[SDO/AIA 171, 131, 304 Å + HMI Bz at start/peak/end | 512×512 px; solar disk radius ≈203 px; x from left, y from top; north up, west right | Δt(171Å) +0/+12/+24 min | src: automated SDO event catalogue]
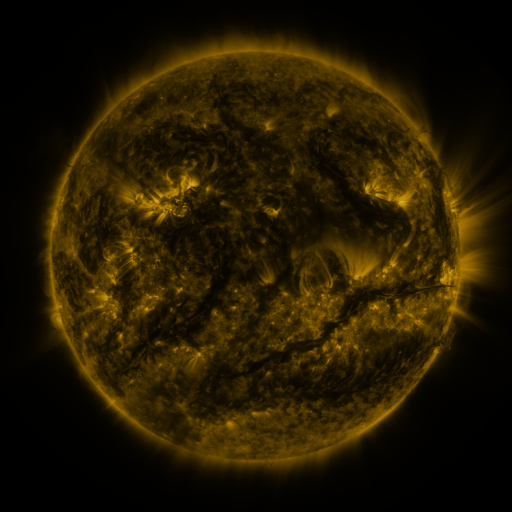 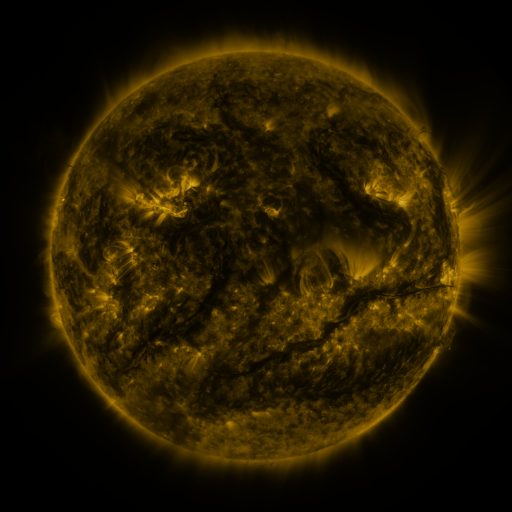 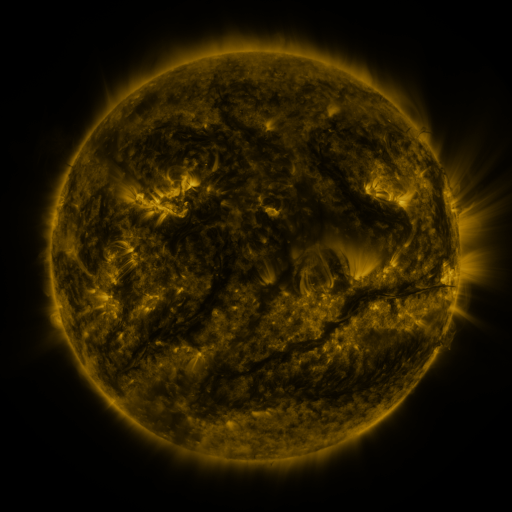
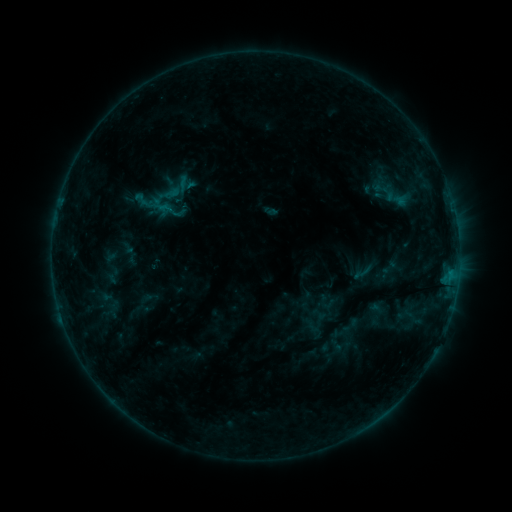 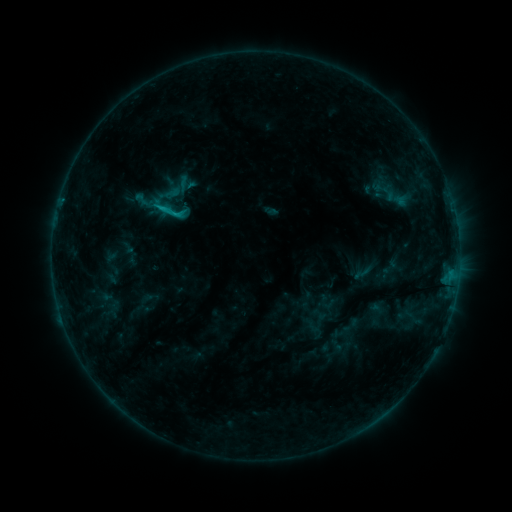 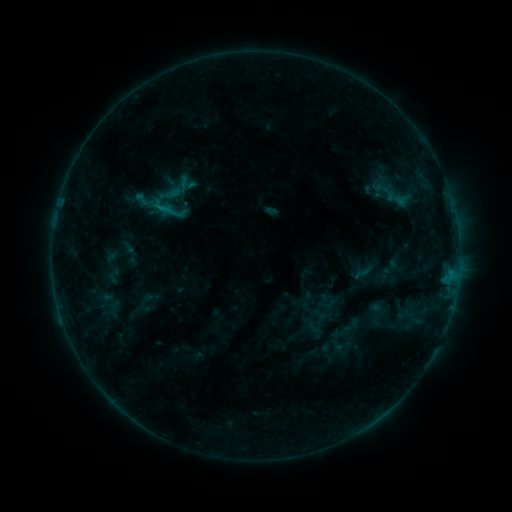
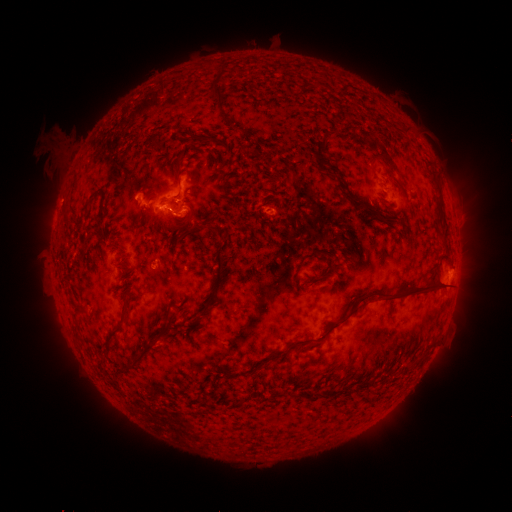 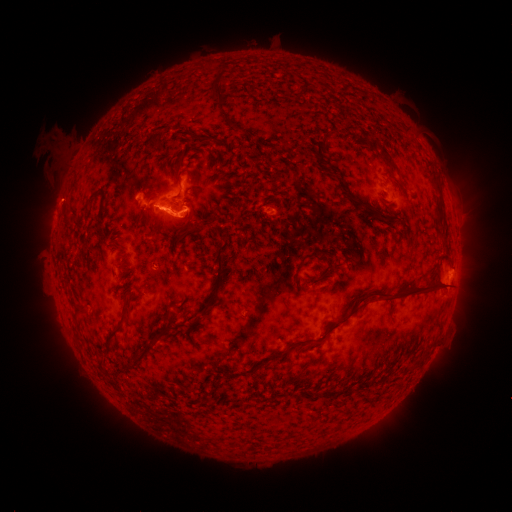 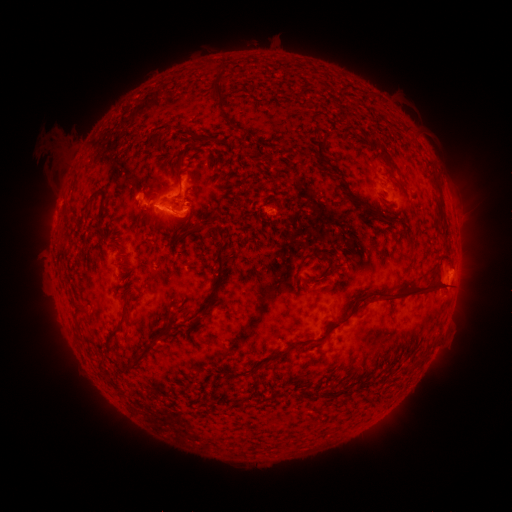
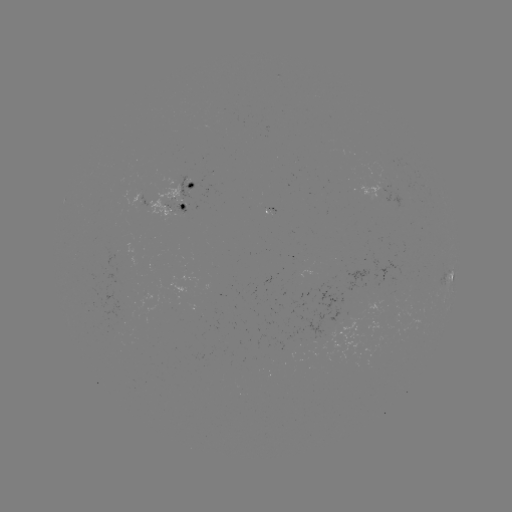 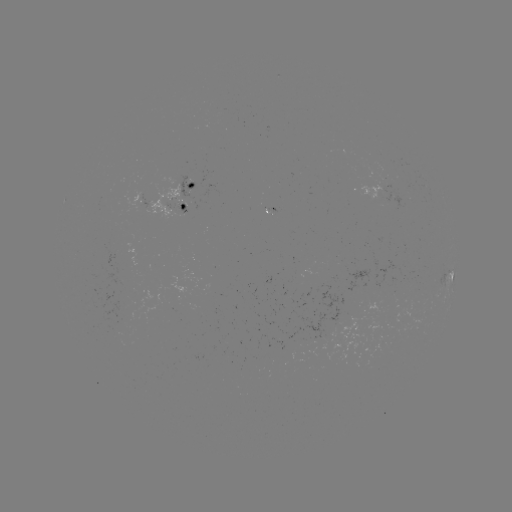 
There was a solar flare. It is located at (176, 216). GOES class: C1.0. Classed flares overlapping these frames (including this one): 1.